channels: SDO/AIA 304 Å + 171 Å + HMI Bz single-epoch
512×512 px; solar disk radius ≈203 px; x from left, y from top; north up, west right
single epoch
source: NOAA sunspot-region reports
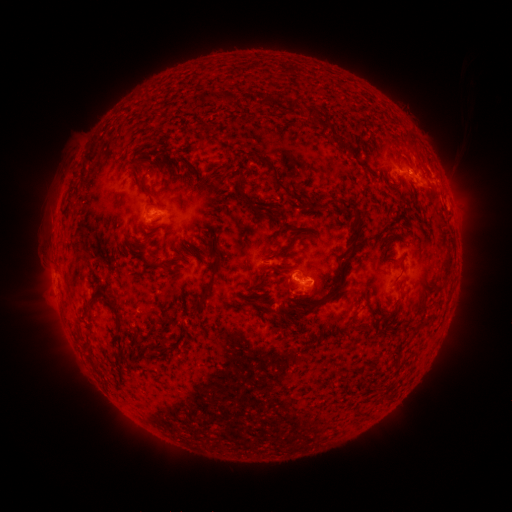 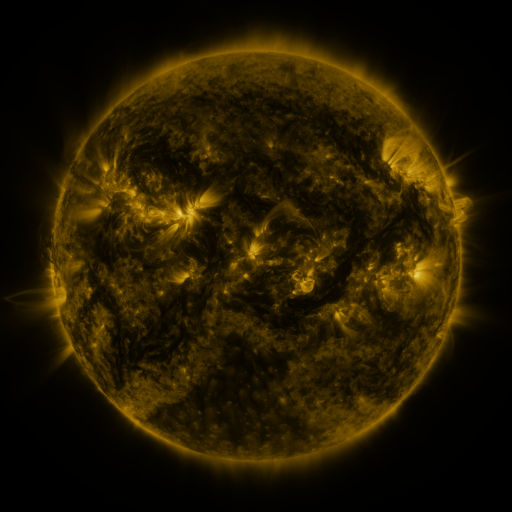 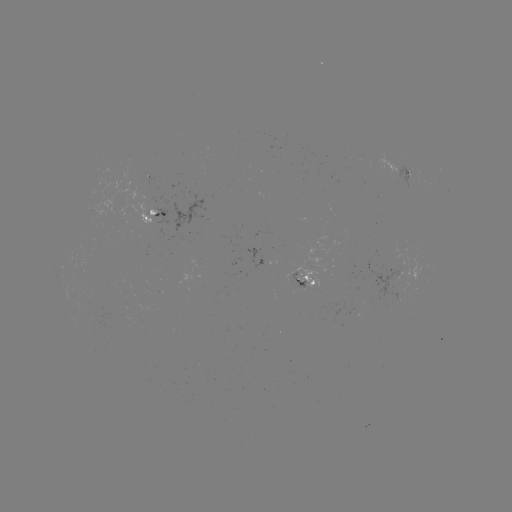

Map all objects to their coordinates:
spotted active region: (403, 174)
spotted active region: (157, 212)
spotted active region: (303, 280)
